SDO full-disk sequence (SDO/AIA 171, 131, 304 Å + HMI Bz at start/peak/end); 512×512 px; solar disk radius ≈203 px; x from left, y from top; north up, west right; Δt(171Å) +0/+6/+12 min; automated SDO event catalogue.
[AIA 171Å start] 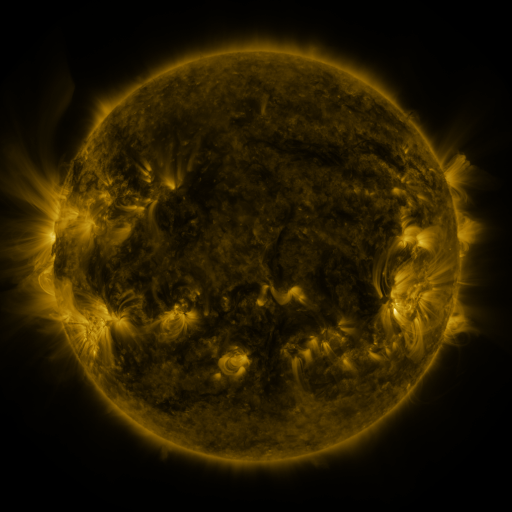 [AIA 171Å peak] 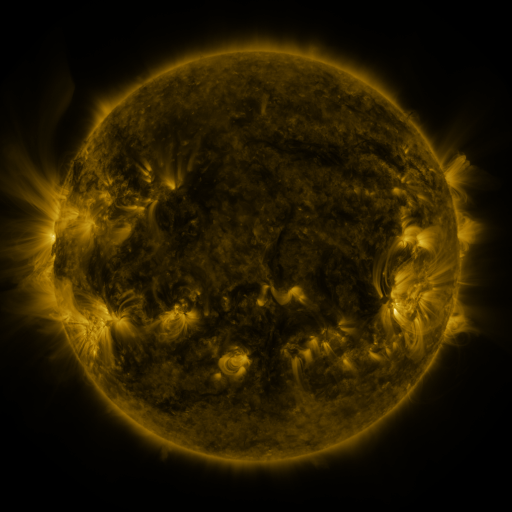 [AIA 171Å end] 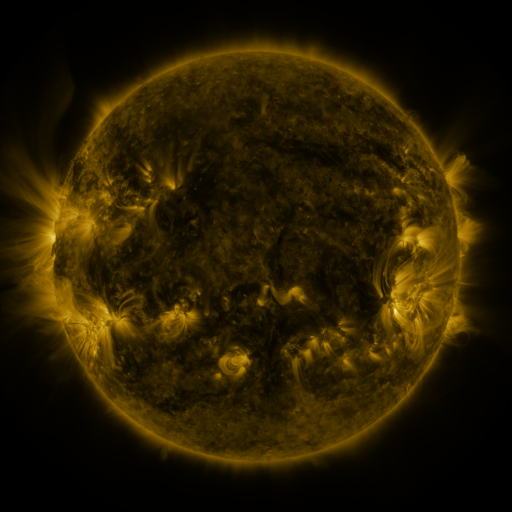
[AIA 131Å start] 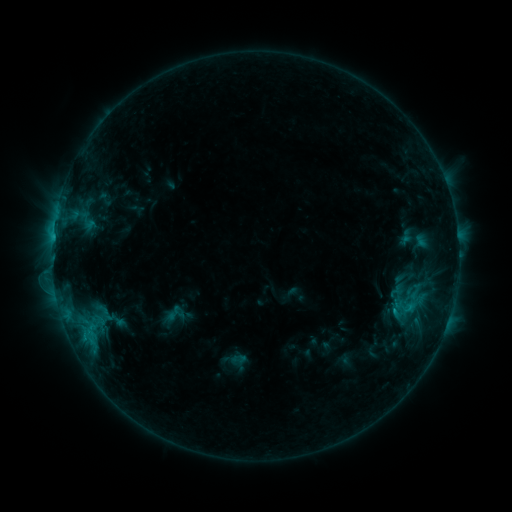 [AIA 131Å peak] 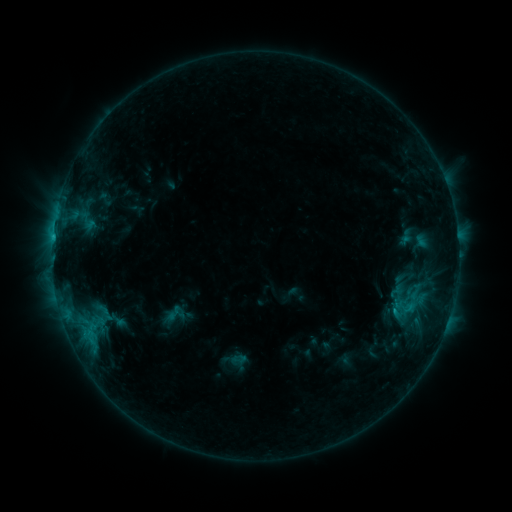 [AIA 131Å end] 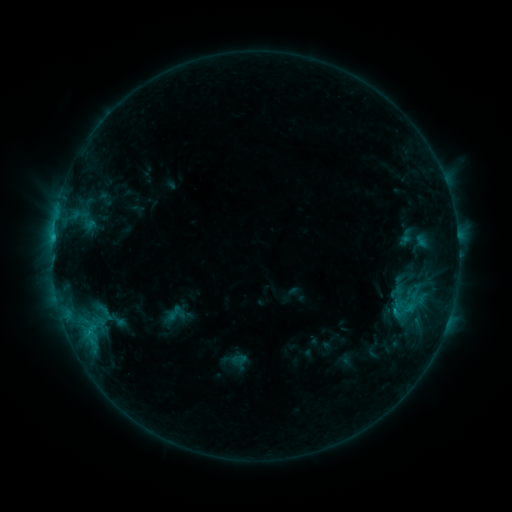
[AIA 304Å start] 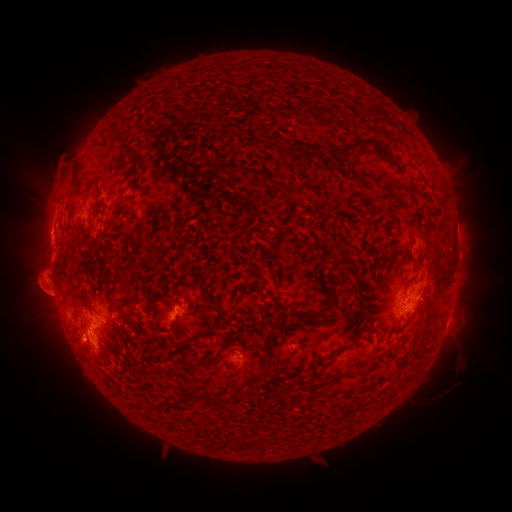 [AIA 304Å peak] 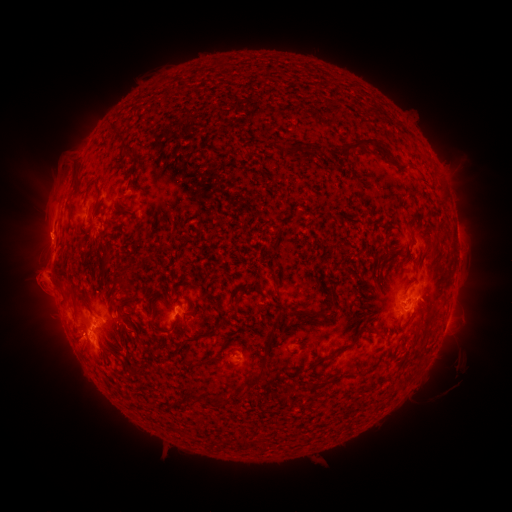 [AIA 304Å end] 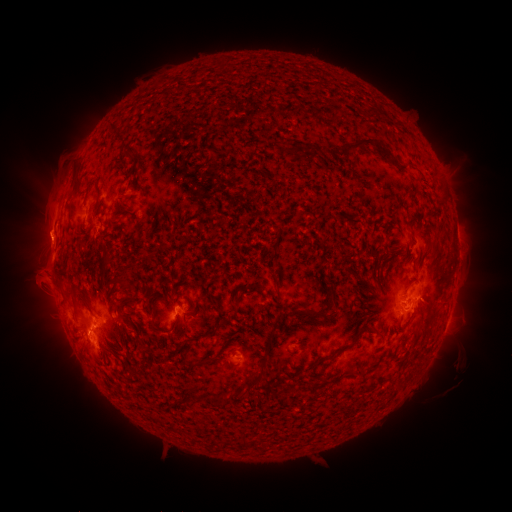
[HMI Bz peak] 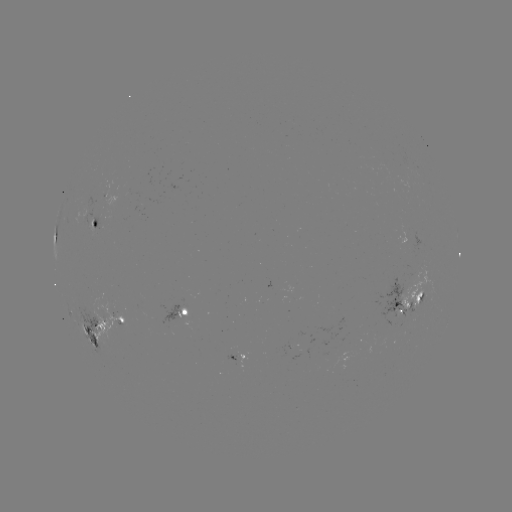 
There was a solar eruption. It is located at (41, 286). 